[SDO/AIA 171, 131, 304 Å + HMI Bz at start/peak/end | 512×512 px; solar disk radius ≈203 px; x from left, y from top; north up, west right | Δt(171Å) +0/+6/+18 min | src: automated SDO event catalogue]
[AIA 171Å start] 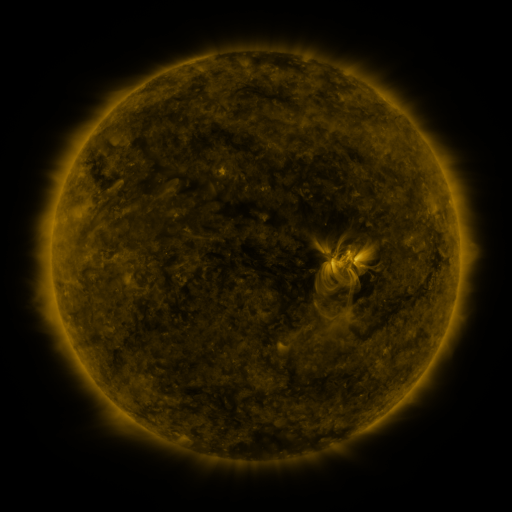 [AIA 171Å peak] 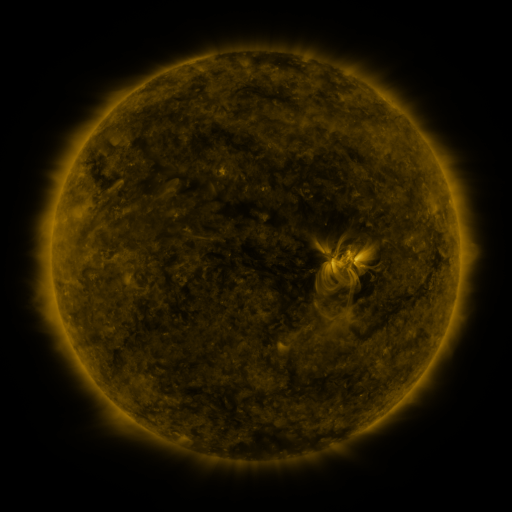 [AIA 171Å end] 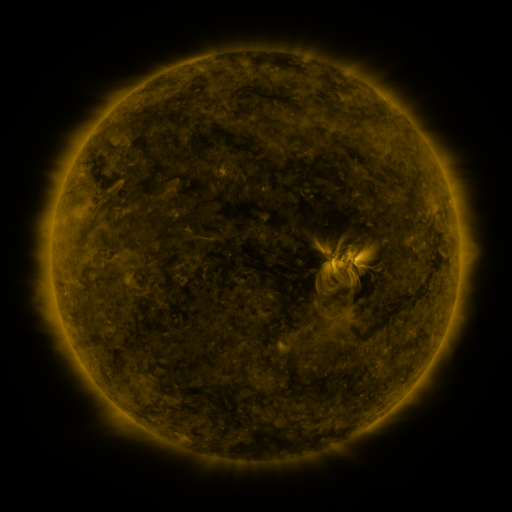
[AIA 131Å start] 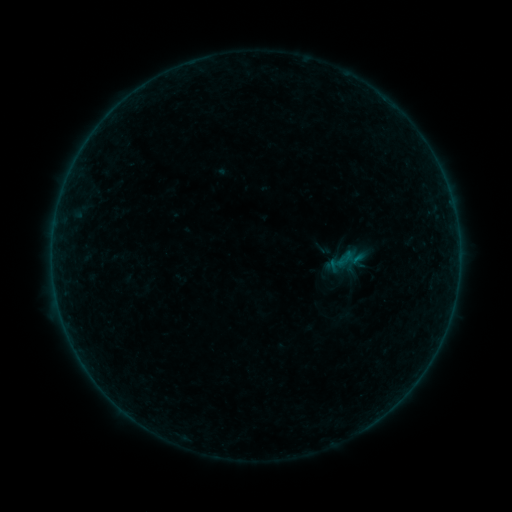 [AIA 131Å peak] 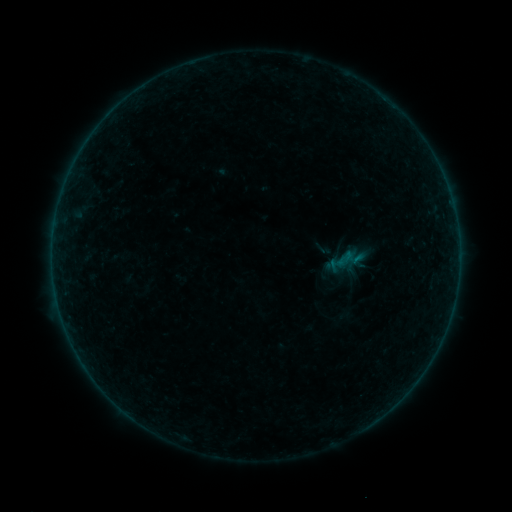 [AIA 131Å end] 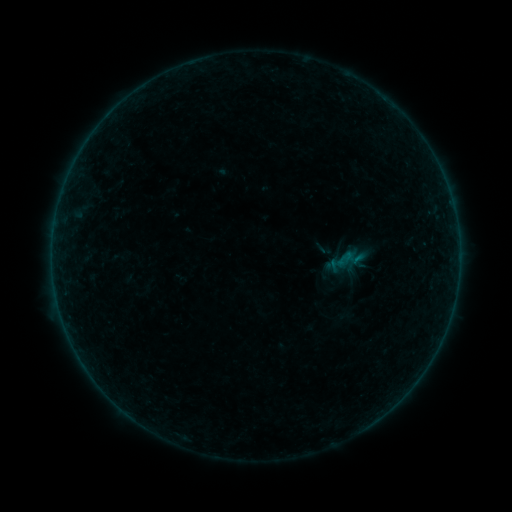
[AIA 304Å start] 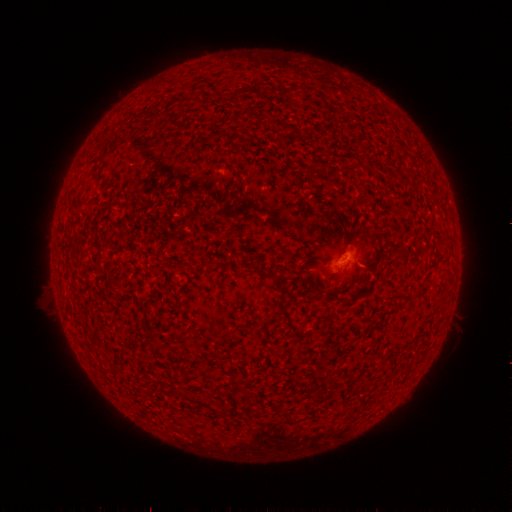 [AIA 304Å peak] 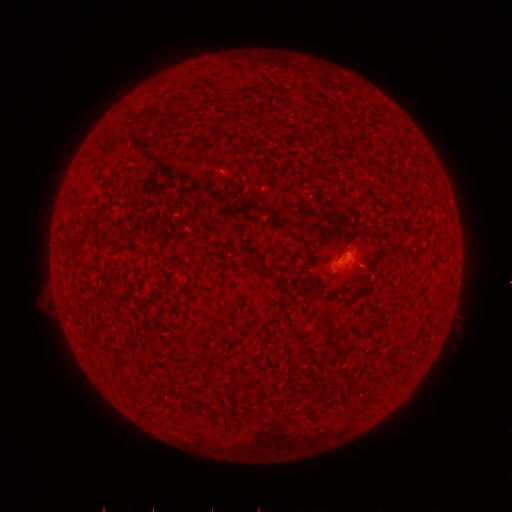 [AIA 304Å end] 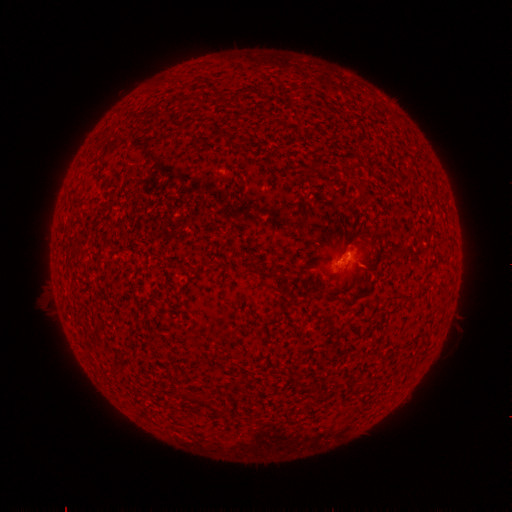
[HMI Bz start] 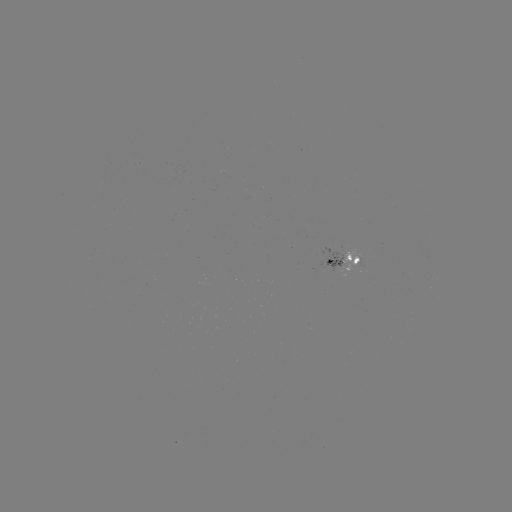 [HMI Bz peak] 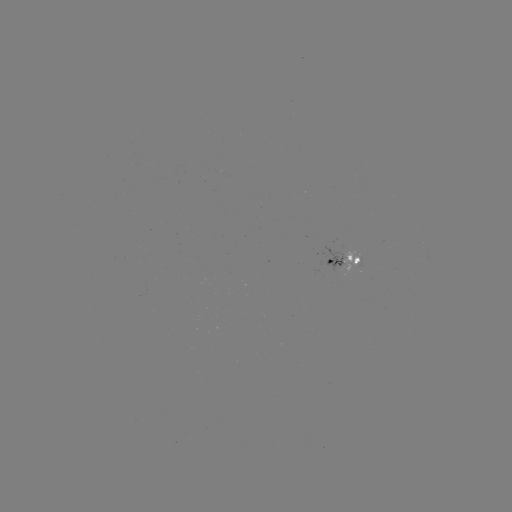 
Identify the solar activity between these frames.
no catalogued flare and no flagged EUV brightening in this window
